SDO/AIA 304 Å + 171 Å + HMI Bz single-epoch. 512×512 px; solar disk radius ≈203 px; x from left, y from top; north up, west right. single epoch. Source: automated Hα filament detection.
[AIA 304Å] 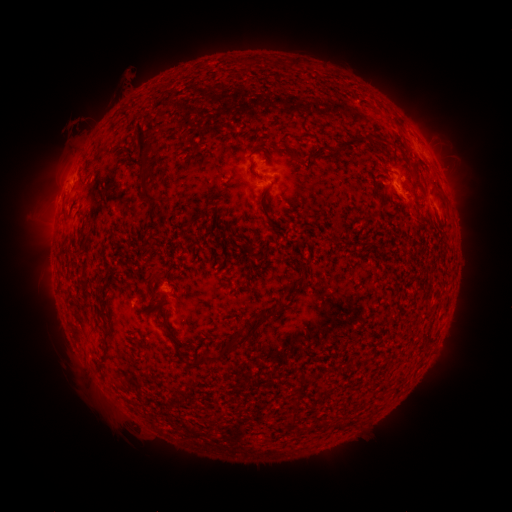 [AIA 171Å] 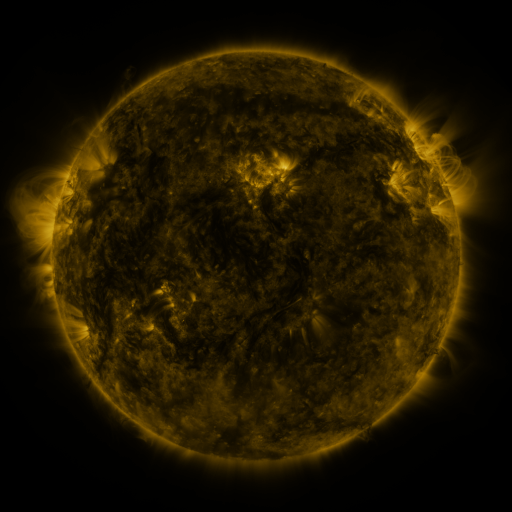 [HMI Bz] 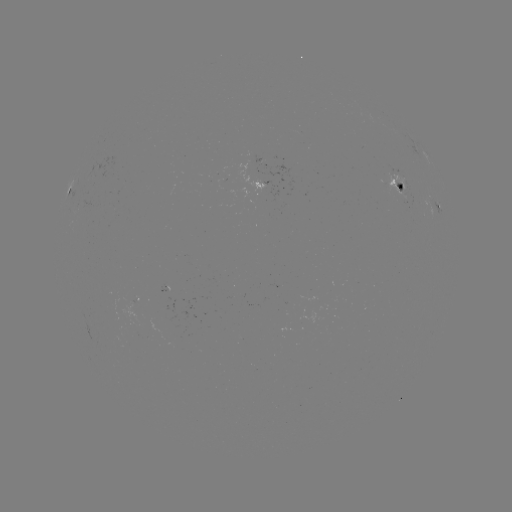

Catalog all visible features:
filament: (251, 63)
filament: (292, 65)
filament: (374, 107)
filament: (141, 140)
filament: (353, 142)
filament: (376, 145)
filament: (296, 153)
filament: (419, 185)
filament: (265, 194)
filament: (149, 196)
filament: (273, 227)
filament: (334, 240)
filament: (152, 302)
filament: (105, 328)
filament: (240, 341)
filament: (176, 345)
